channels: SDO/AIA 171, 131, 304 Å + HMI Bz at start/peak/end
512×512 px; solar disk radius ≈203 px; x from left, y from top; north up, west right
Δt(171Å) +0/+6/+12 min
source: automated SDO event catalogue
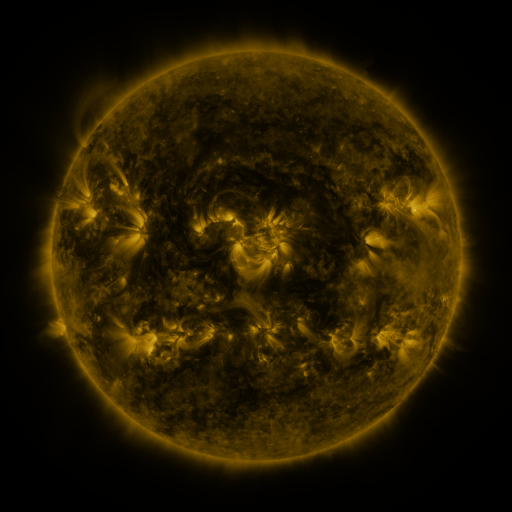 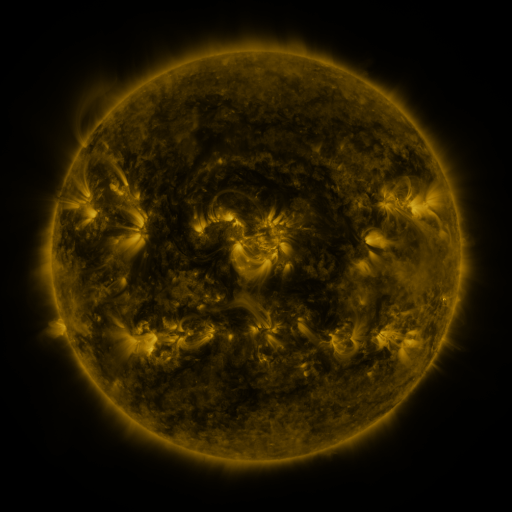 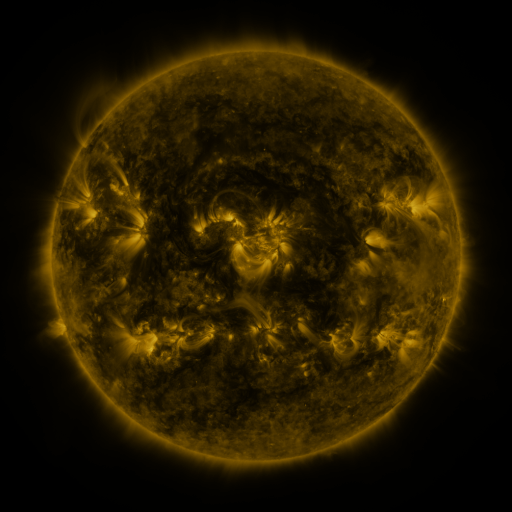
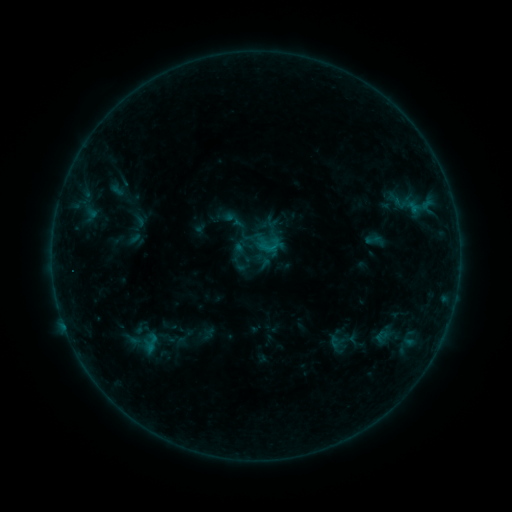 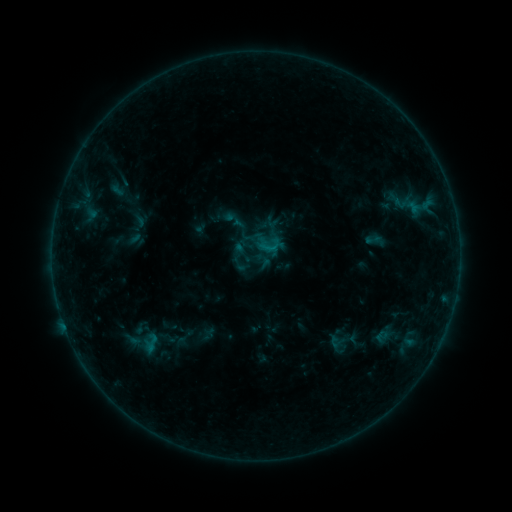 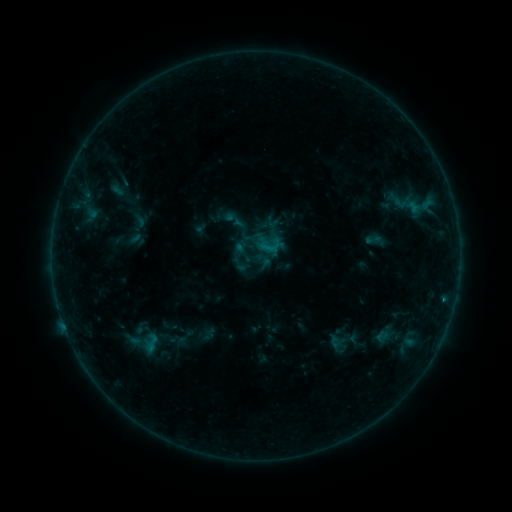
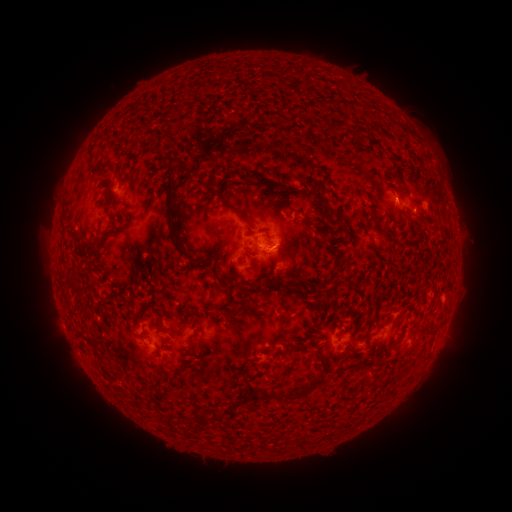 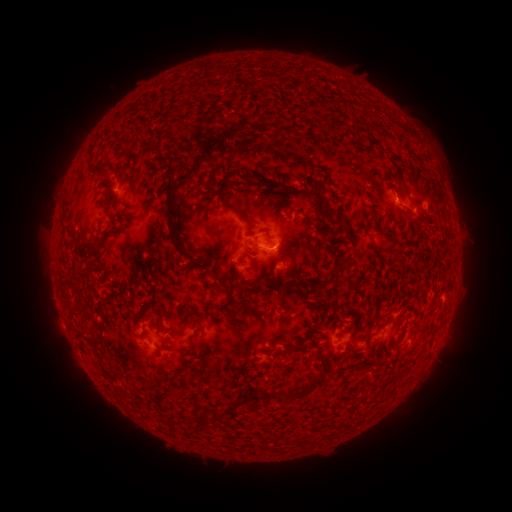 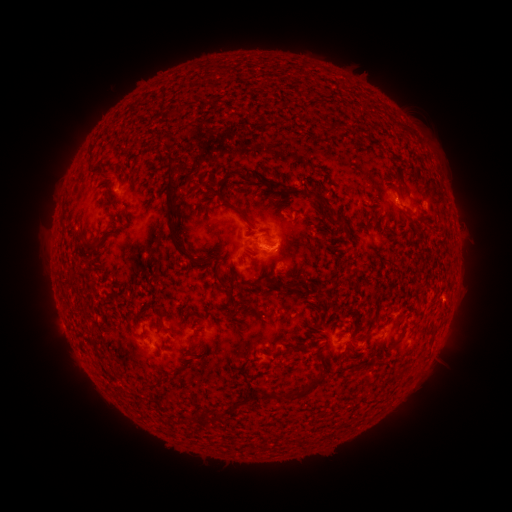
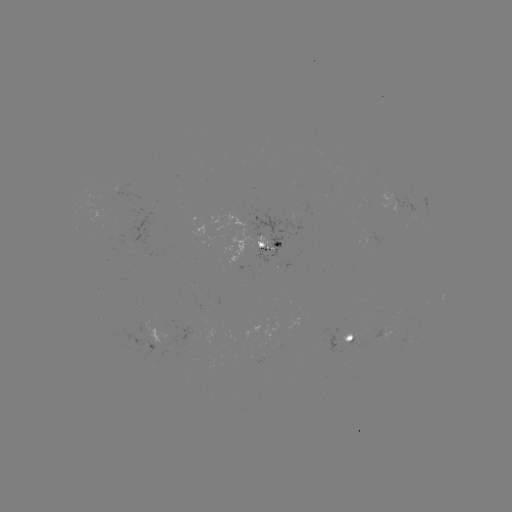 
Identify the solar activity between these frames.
B6.1 flare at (273, 252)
